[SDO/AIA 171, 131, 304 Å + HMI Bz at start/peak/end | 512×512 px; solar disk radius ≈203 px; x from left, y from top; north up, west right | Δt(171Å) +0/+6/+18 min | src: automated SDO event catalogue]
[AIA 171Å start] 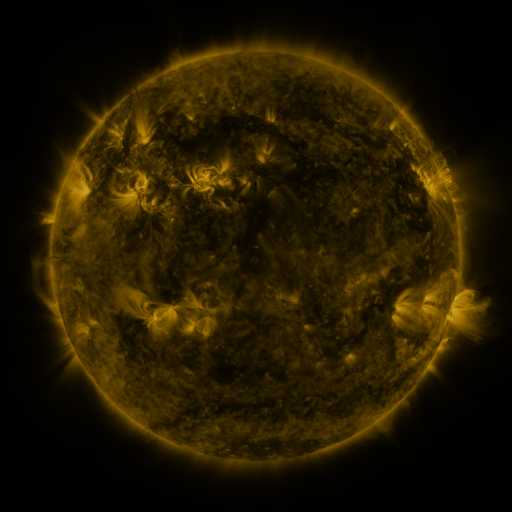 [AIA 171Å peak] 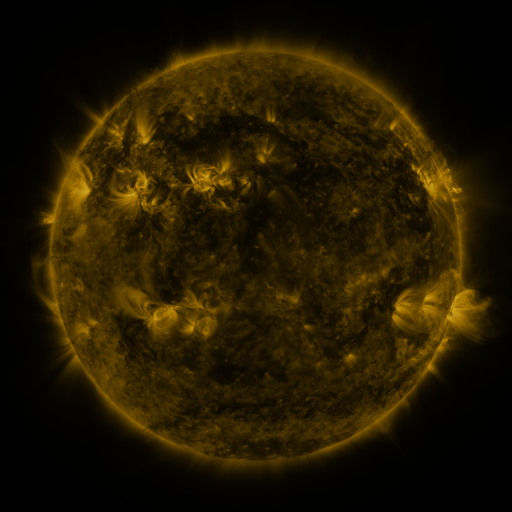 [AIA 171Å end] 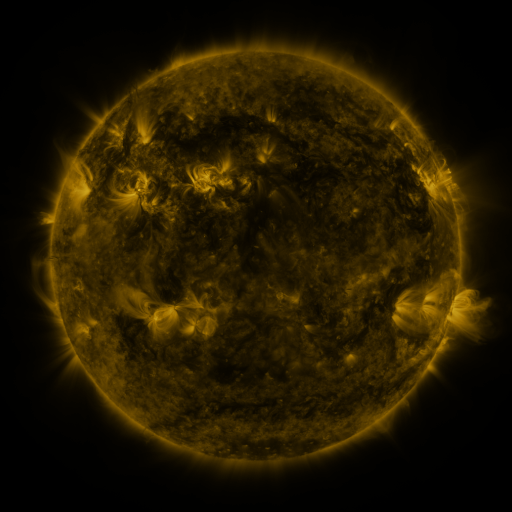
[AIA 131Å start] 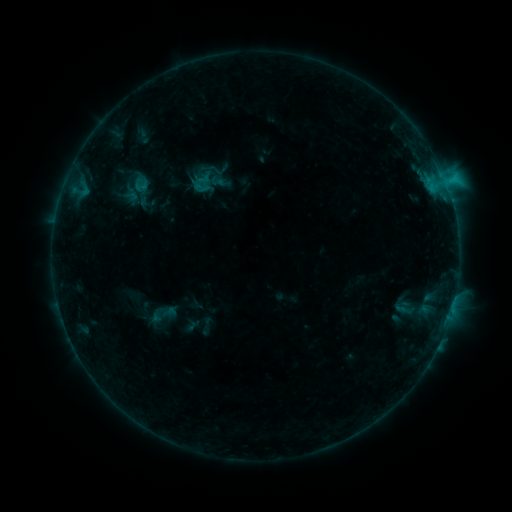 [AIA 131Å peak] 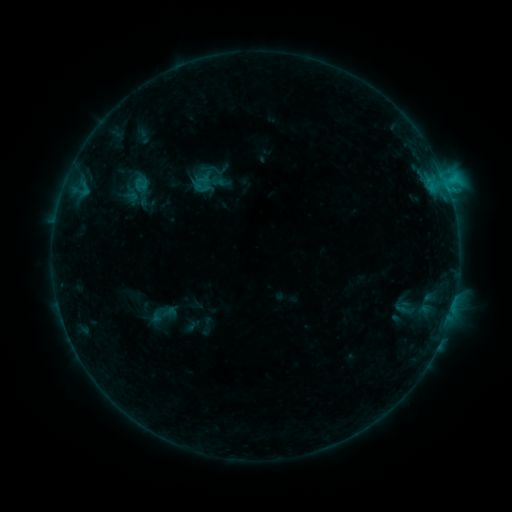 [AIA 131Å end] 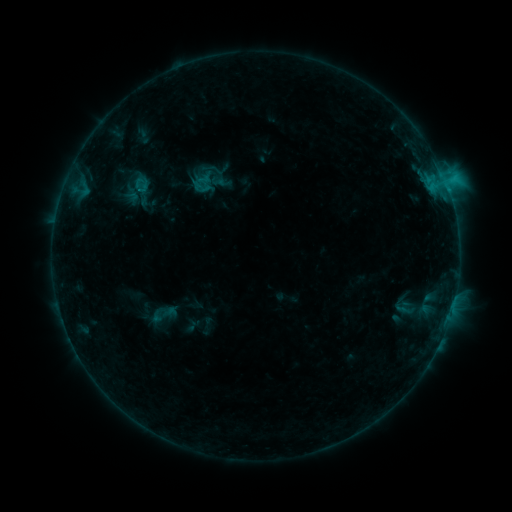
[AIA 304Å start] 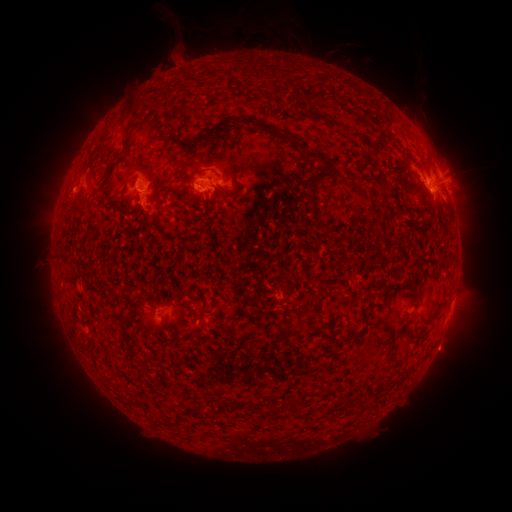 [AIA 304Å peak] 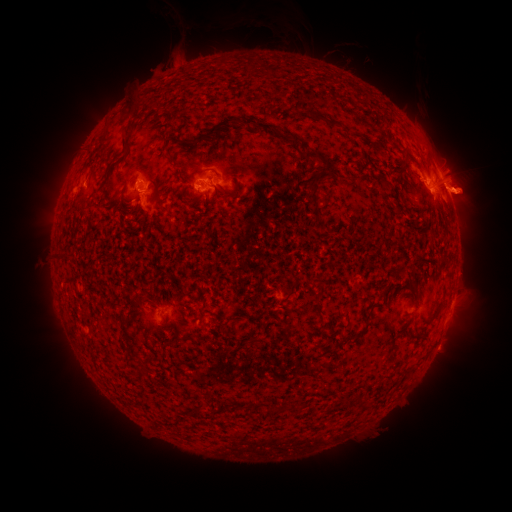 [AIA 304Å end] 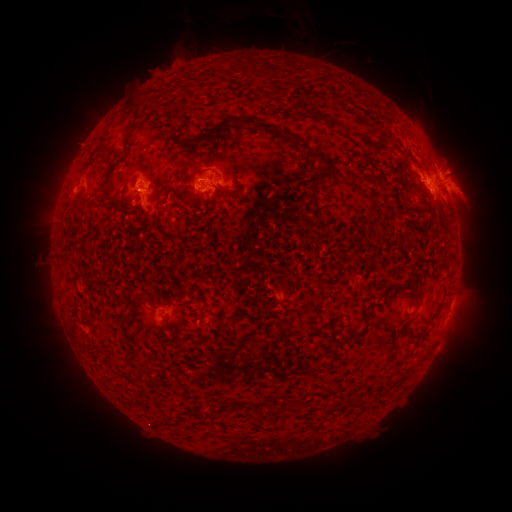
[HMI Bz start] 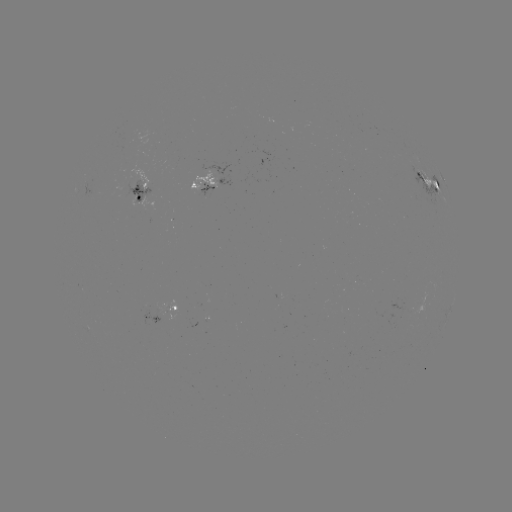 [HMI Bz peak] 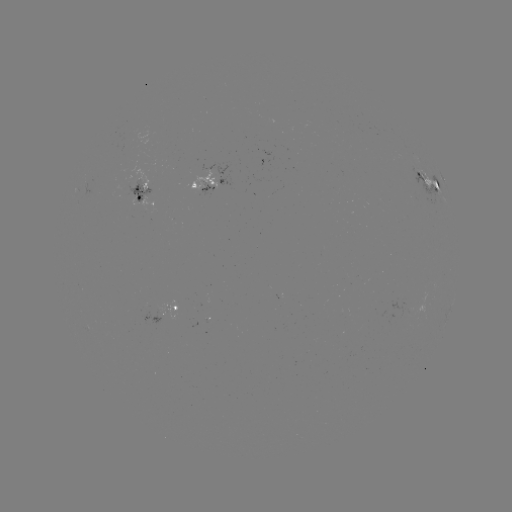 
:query eruption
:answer (468, 197)